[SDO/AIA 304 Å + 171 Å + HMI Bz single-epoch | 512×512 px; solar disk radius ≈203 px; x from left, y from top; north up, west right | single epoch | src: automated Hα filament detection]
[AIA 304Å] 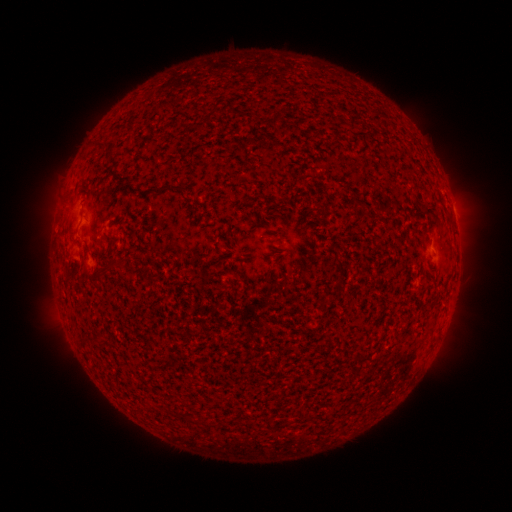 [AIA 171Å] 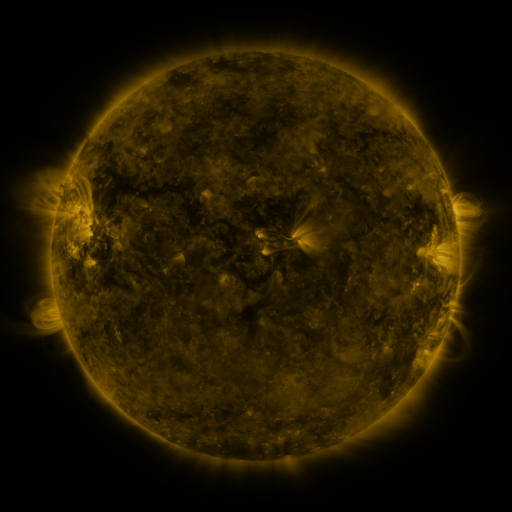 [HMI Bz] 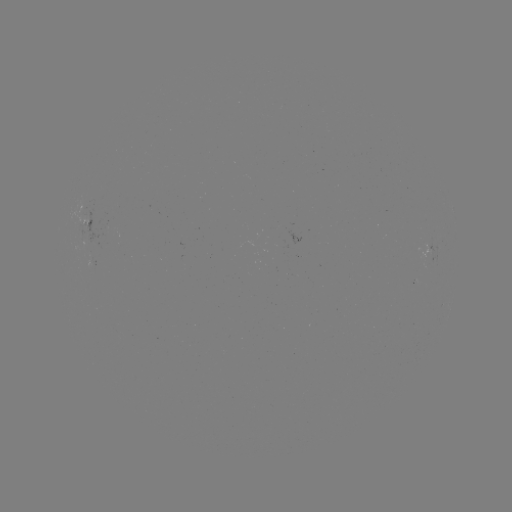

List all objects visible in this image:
filament: (208, 117)
filament: (97, 274)
